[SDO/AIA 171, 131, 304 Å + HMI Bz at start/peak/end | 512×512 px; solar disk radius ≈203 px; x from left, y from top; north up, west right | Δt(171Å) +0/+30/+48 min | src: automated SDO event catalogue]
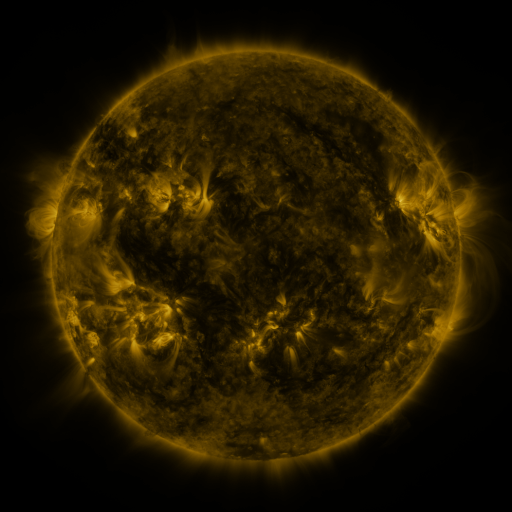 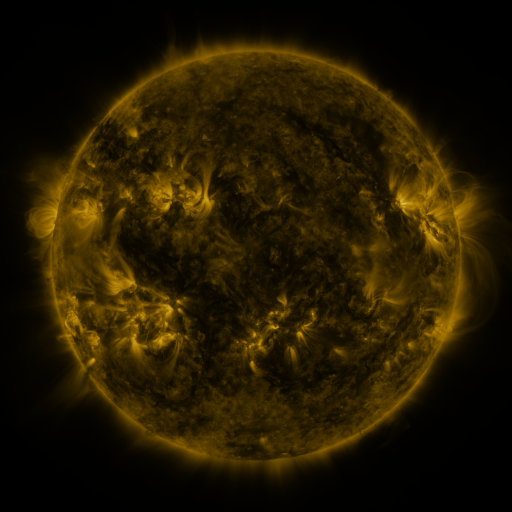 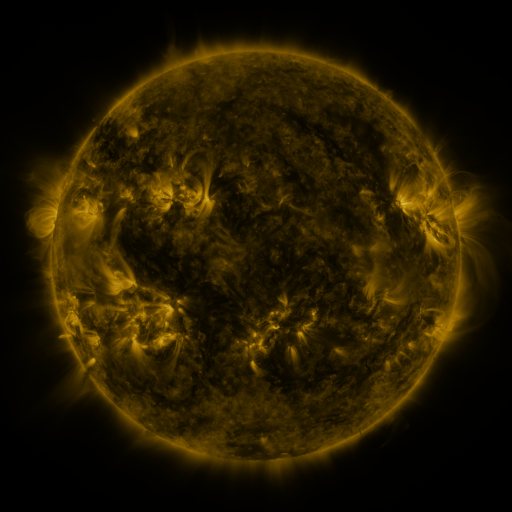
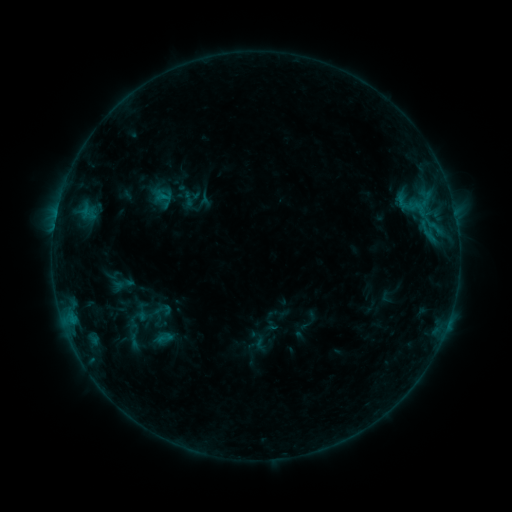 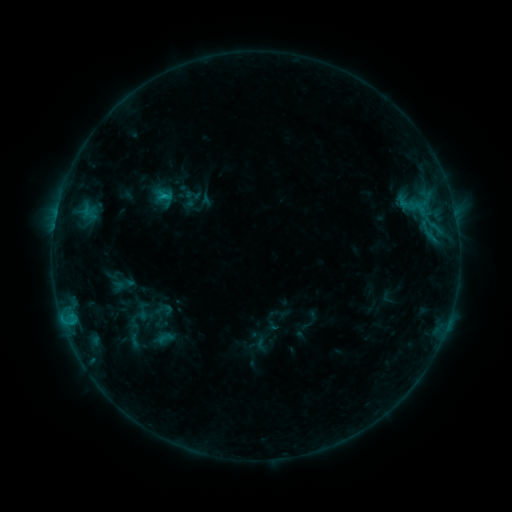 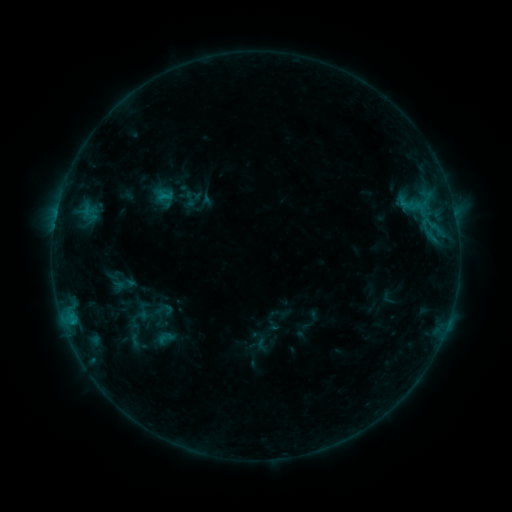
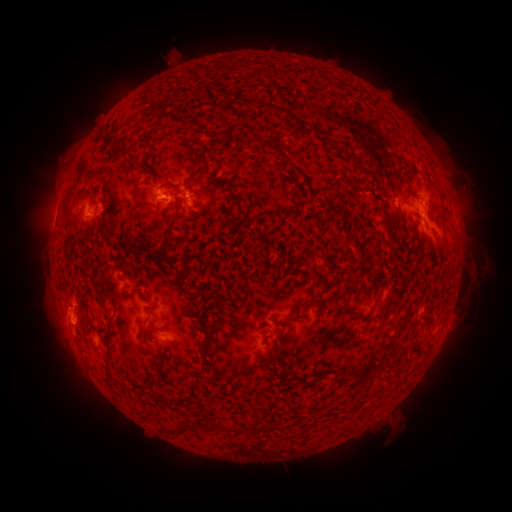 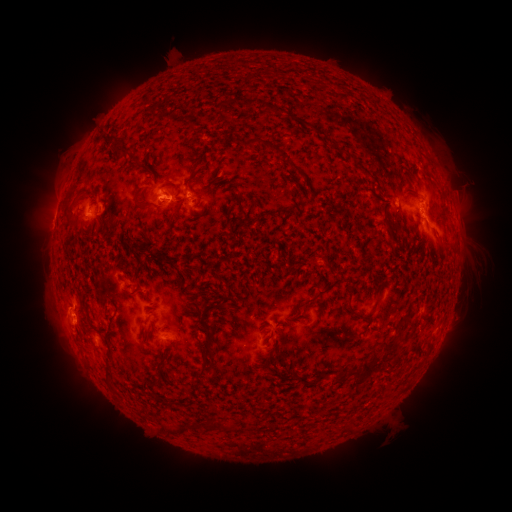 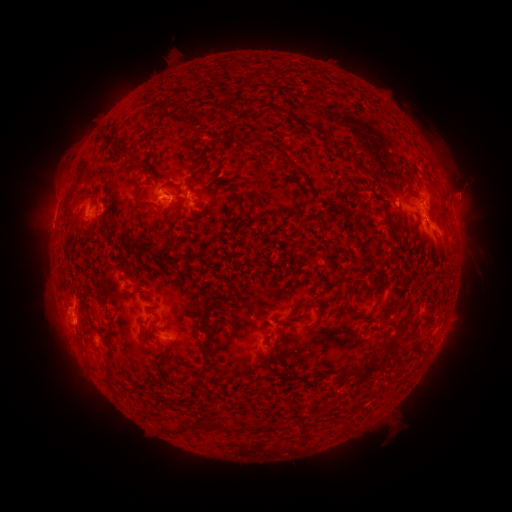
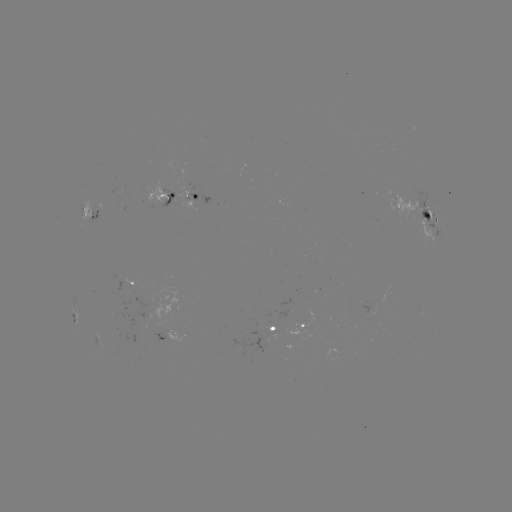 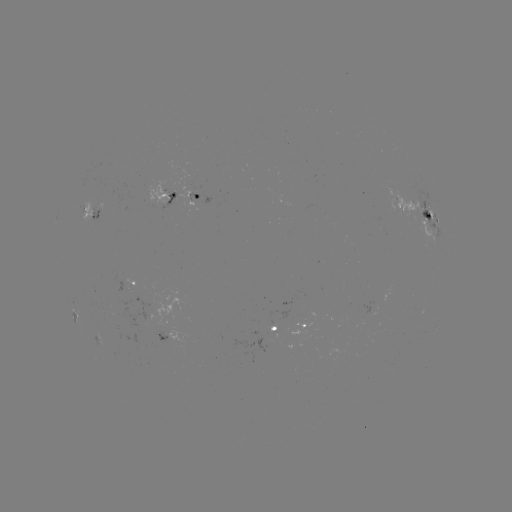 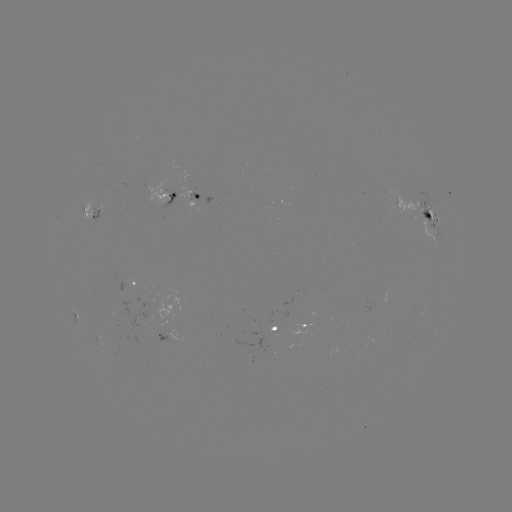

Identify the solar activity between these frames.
C1.3 flare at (166, 198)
